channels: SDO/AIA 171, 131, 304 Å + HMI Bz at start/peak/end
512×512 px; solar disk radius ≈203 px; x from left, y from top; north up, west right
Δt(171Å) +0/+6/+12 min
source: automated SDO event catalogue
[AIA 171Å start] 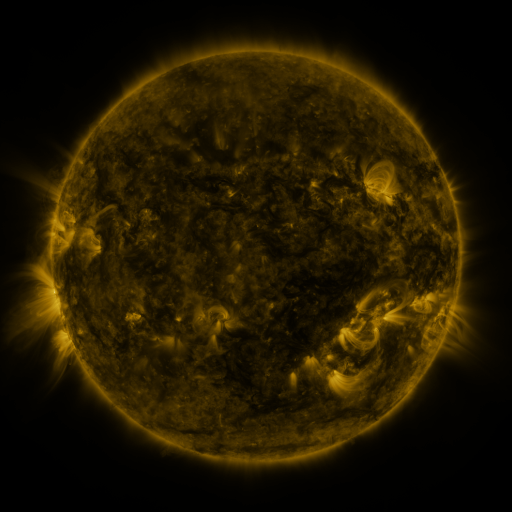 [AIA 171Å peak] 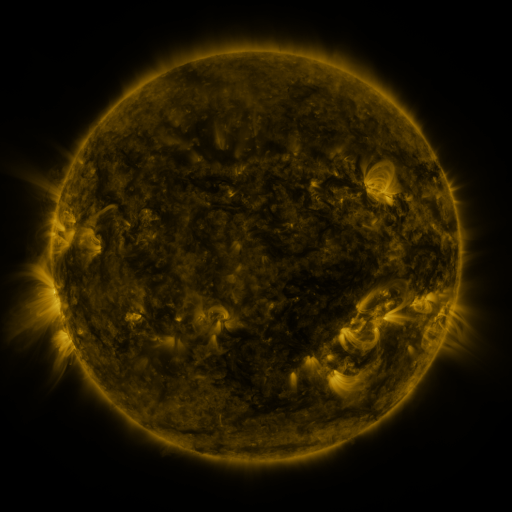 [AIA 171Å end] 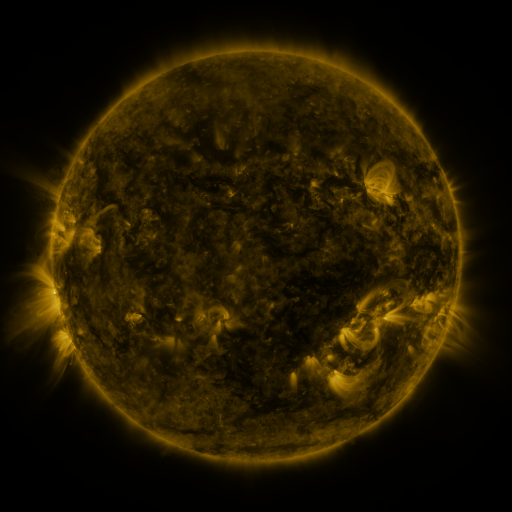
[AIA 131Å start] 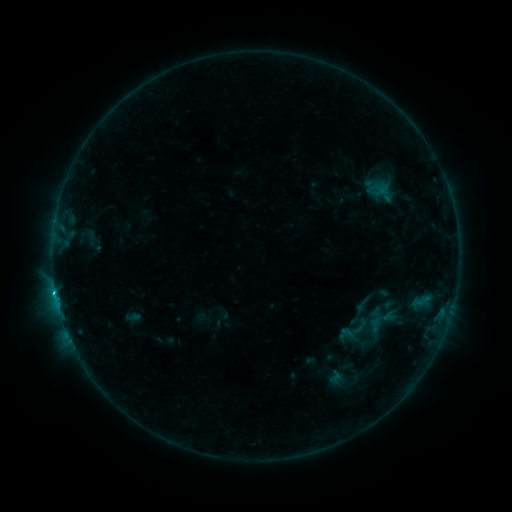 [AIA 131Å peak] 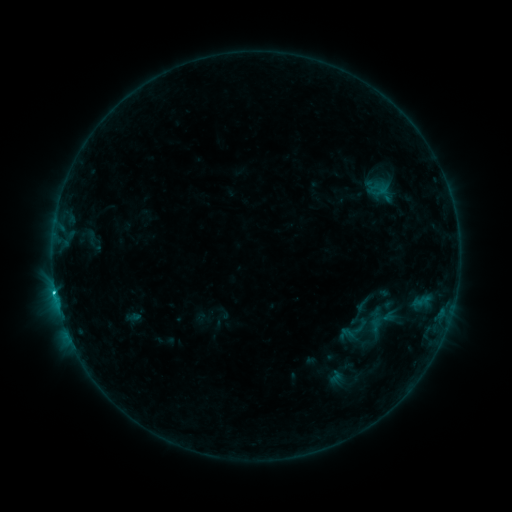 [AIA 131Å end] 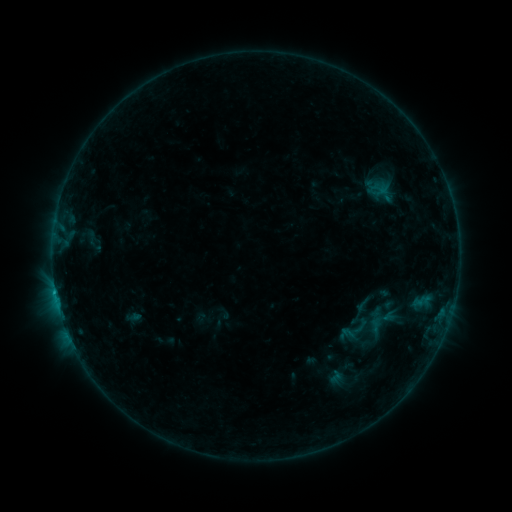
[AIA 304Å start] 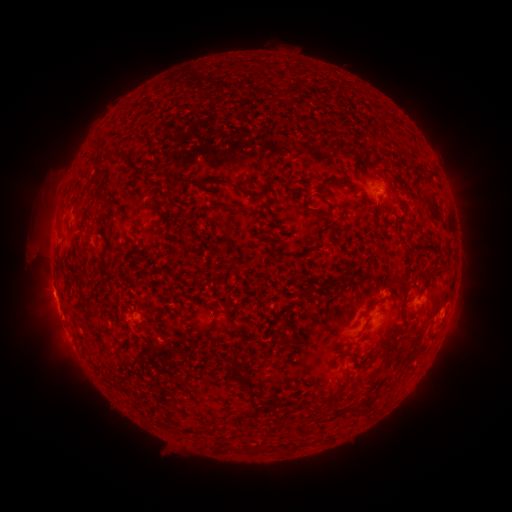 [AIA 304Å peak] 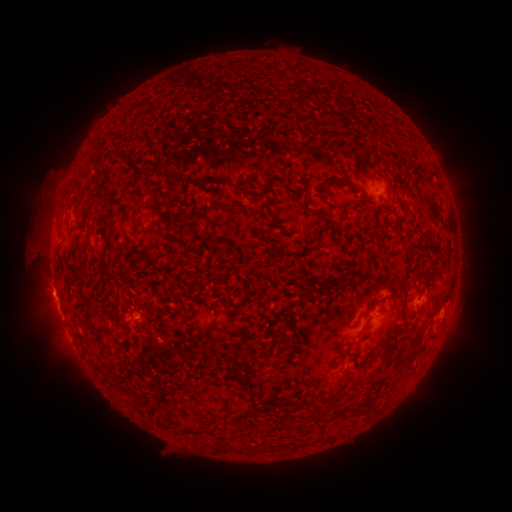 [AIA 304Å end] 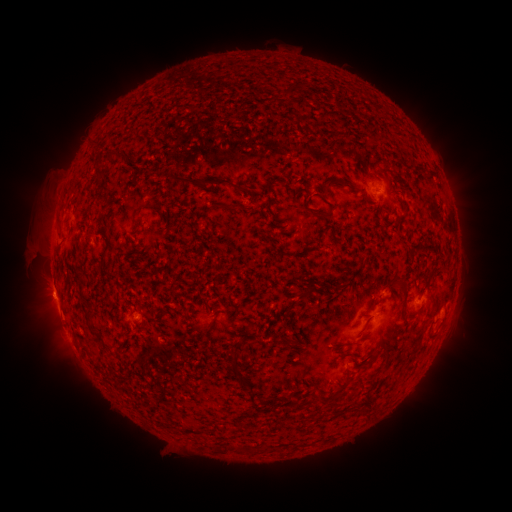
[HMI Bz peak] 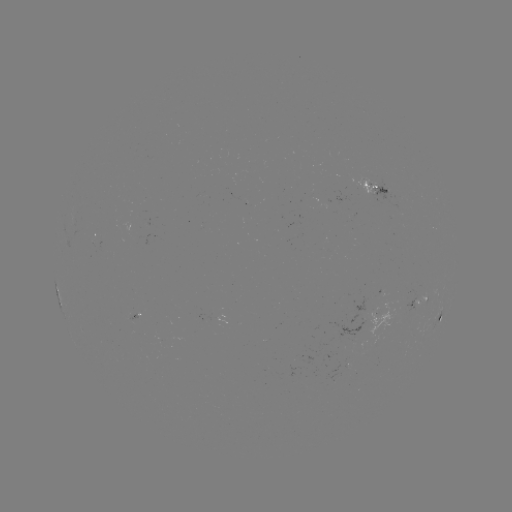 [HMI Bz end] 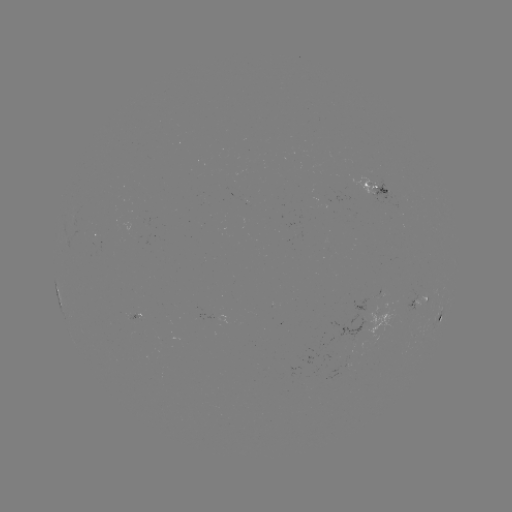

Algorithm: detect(C1.8 flare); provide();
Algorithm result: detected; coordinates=(55, 291)